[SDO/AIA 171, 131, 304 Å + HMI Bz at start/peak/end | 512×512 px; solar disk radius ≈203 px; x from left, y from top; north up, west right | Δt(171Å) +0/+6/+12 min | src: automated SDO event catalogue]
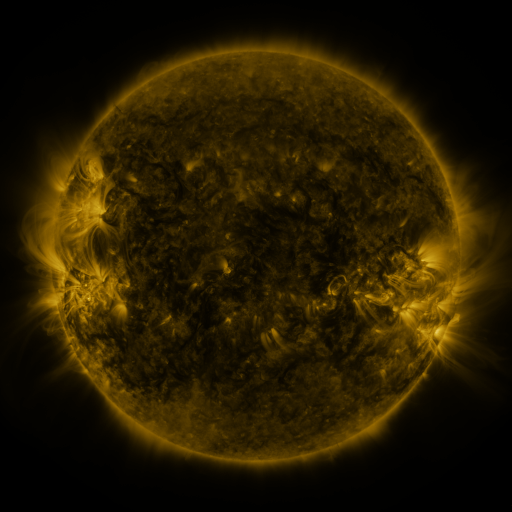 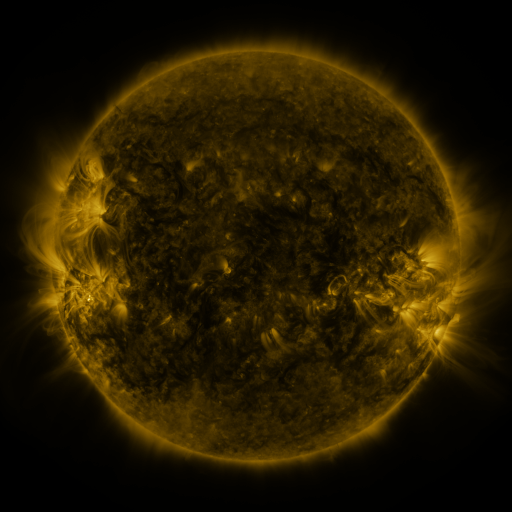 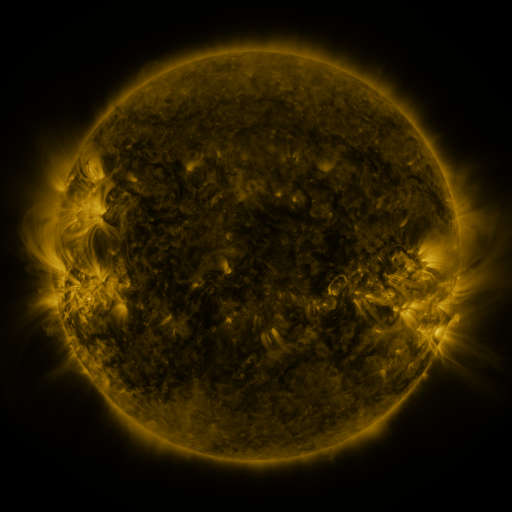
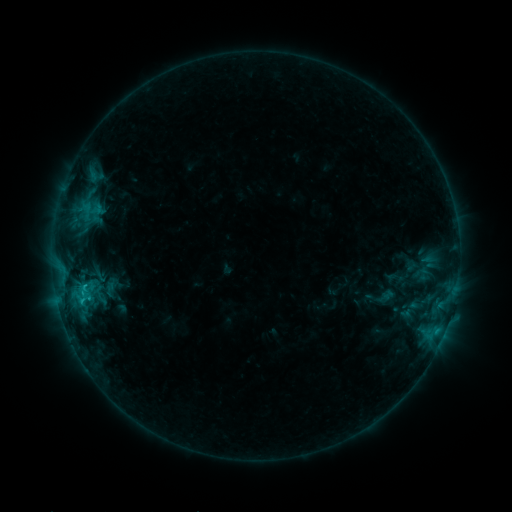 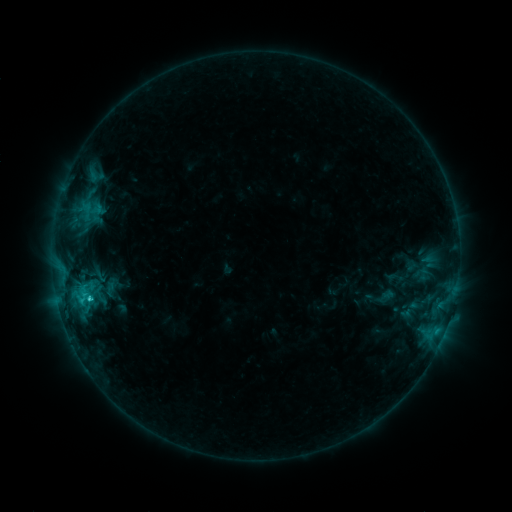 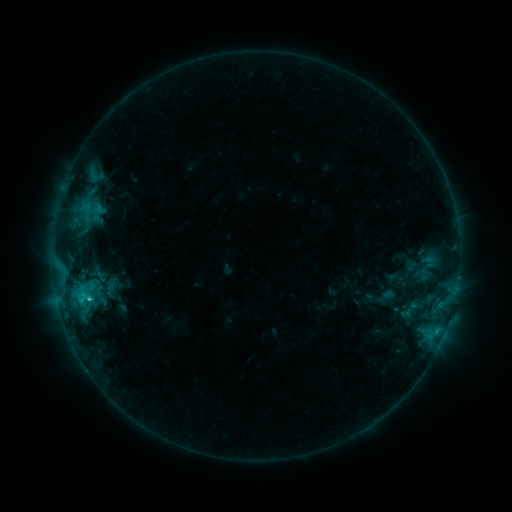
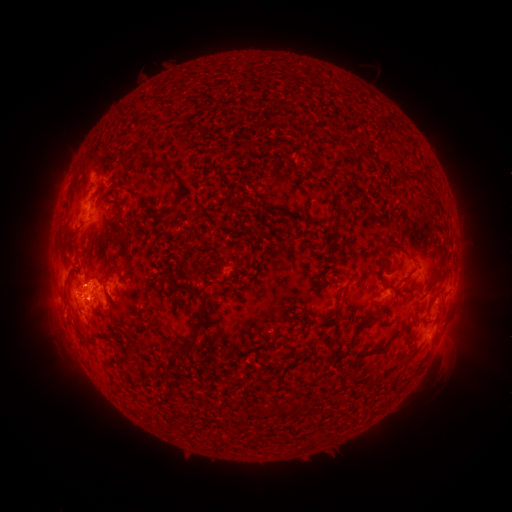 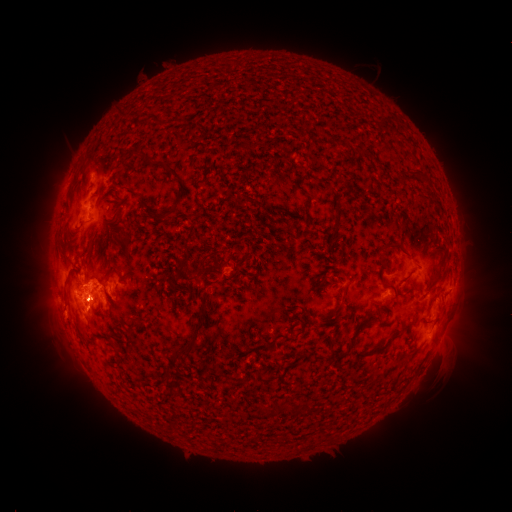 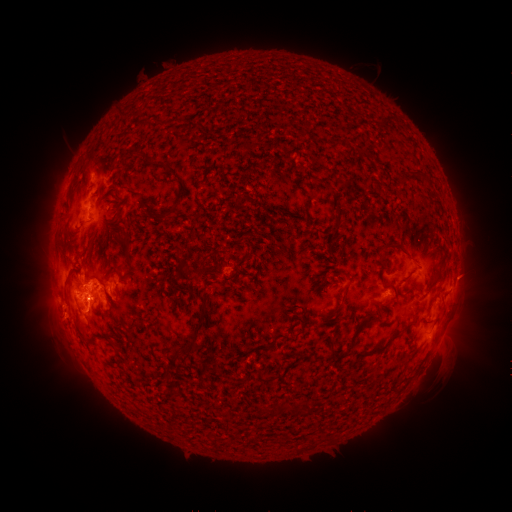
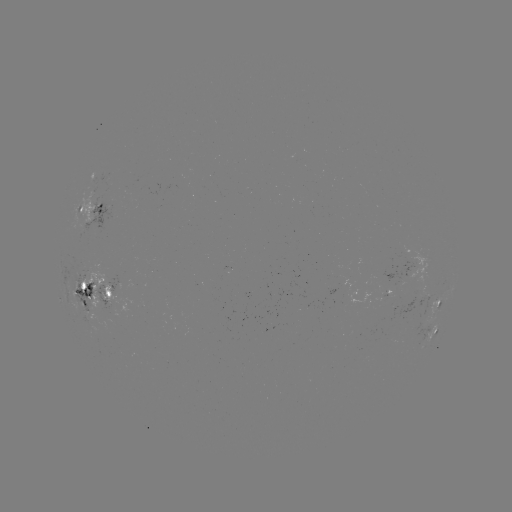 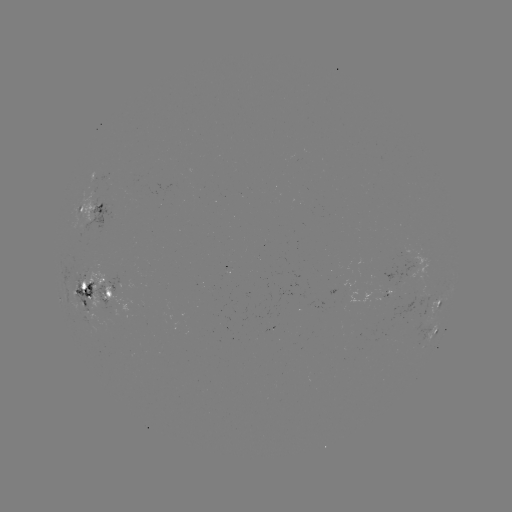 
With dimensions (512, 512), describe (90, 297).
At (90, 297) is C2.3 flare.